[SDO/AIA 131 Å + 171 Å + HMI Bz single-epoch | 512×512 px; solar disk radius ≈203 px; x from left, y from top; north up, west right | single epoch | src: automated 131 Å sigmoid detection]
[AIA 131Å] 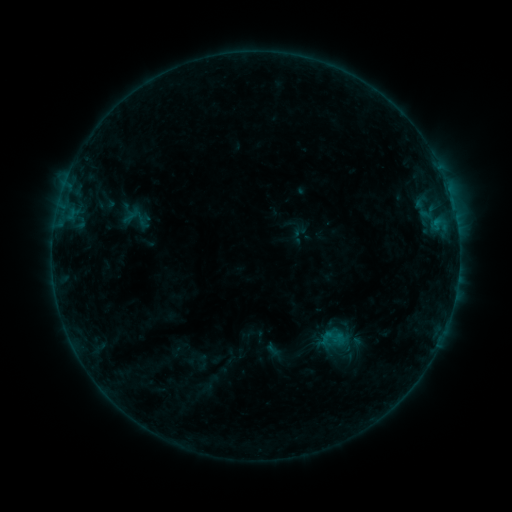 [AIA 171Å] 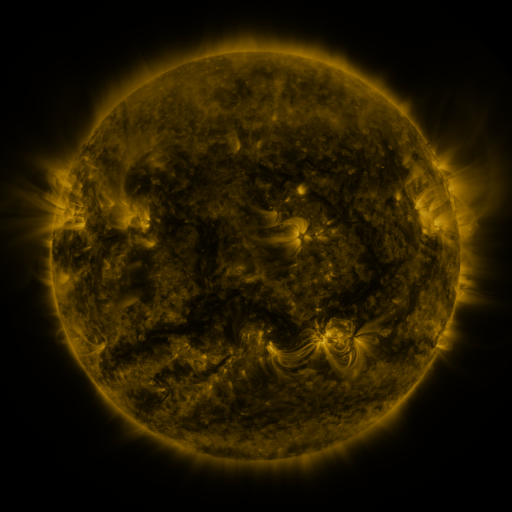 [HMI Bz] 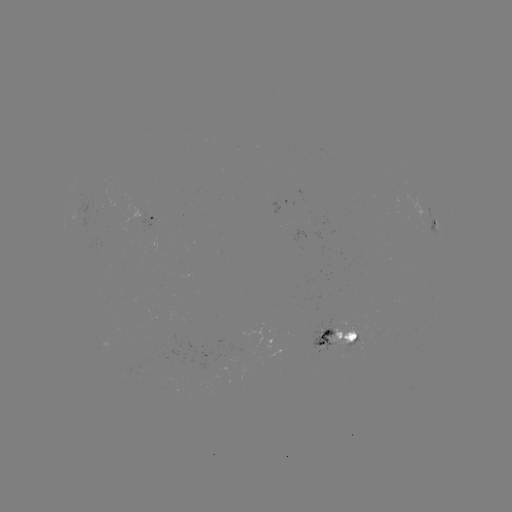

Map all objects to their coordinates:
sigmoid: [318, 325, 346, 353]
